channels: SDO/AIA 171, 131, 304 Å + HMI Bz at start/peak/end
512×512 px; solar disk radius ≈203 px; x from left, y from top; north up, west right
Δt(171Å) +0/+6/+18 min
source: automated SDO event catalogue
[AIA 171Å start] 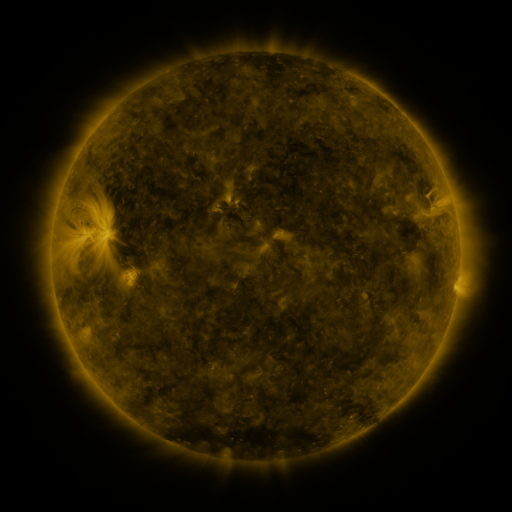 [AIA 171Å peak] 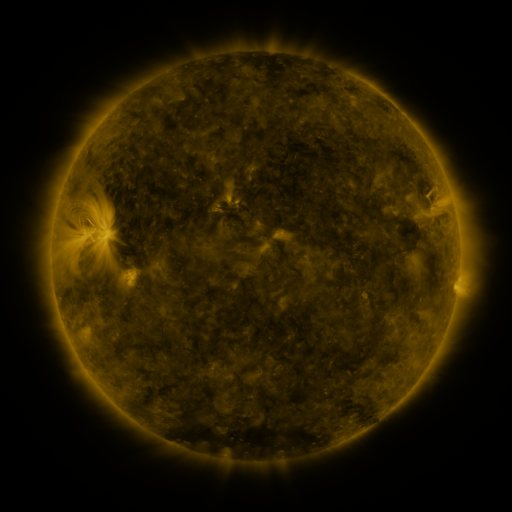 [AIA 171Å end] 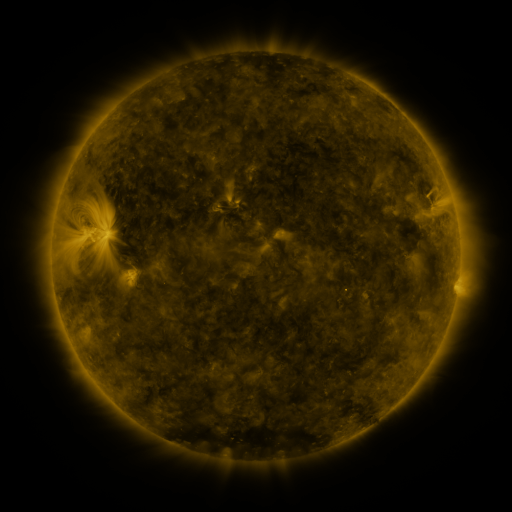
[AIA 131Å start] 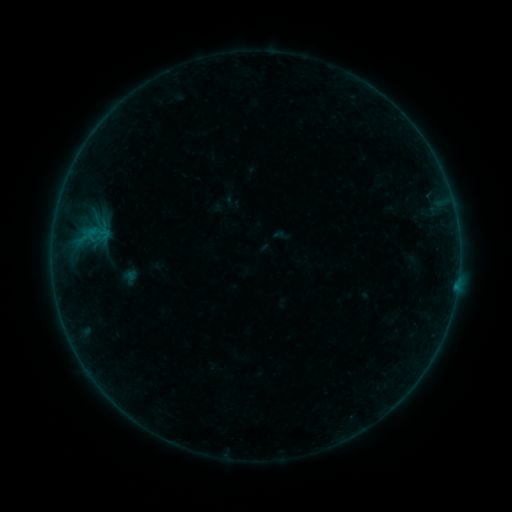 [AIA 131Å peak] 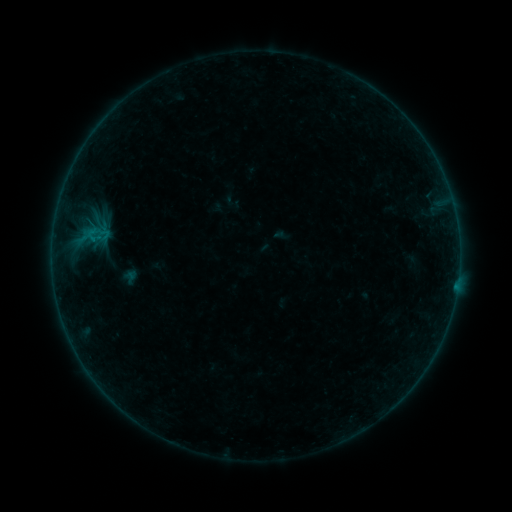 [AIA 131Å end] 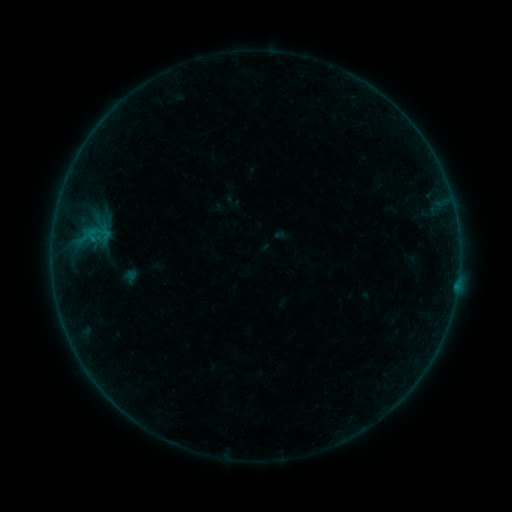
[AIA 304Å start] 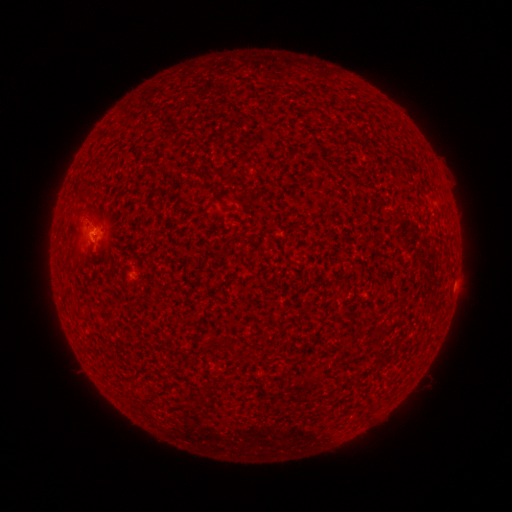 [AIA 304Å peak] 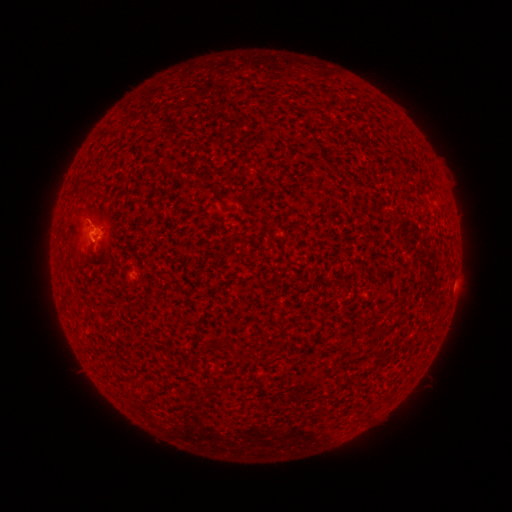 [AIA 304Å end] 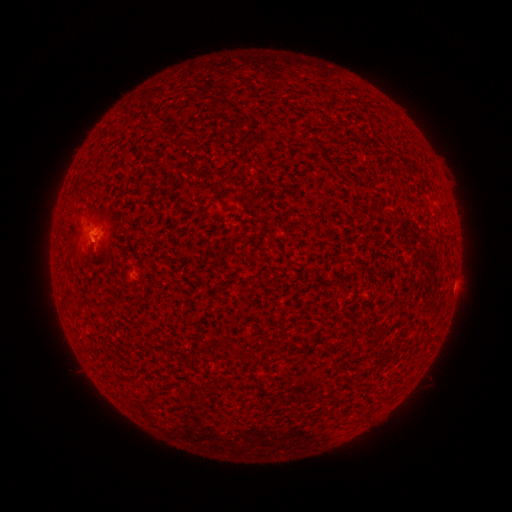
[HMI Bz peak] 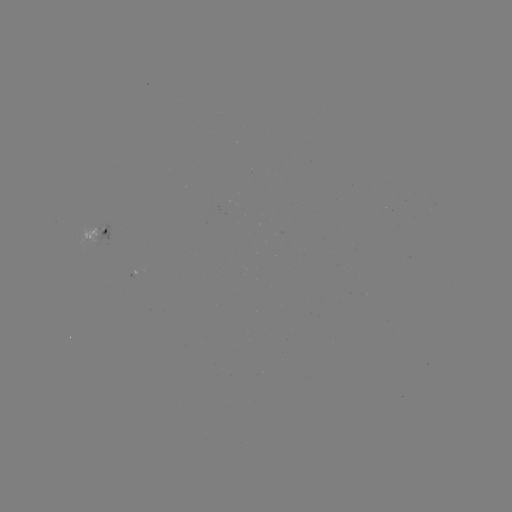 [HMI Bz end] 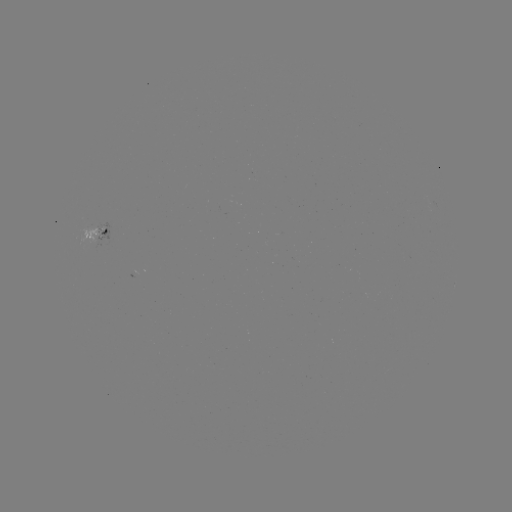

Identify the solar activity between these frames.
B2.0 flare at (93, 241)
